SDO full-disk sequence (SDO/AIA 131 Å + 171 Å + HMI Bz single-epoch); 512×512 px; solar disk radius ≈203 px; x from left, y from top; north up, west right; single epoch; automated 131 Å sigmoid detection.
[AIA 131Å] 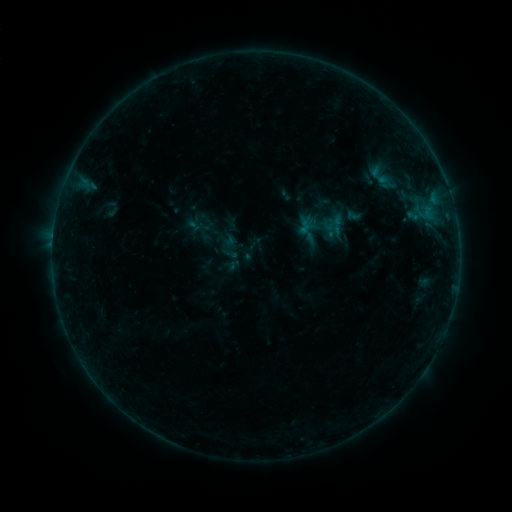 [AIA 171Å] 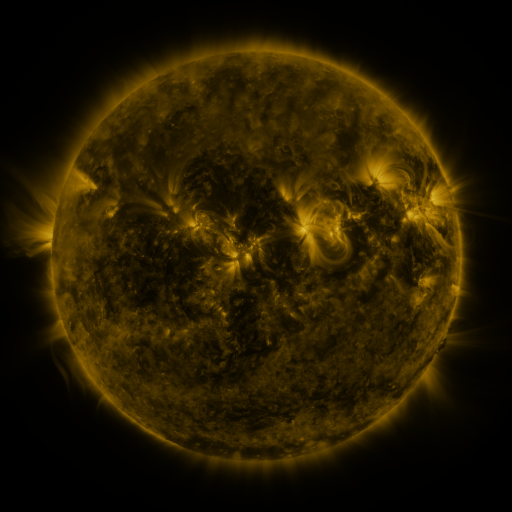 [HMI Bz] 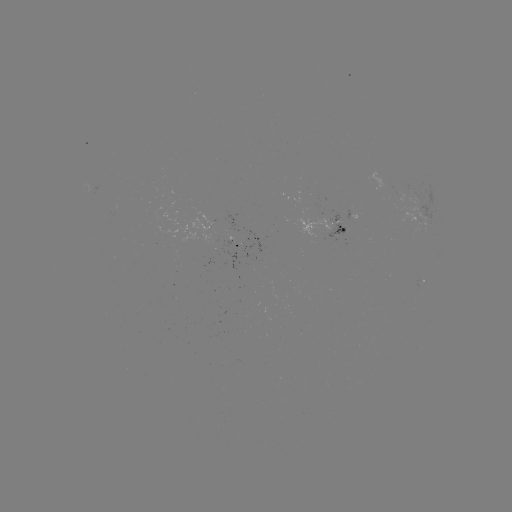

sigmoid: (294, 200, 351, 252)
